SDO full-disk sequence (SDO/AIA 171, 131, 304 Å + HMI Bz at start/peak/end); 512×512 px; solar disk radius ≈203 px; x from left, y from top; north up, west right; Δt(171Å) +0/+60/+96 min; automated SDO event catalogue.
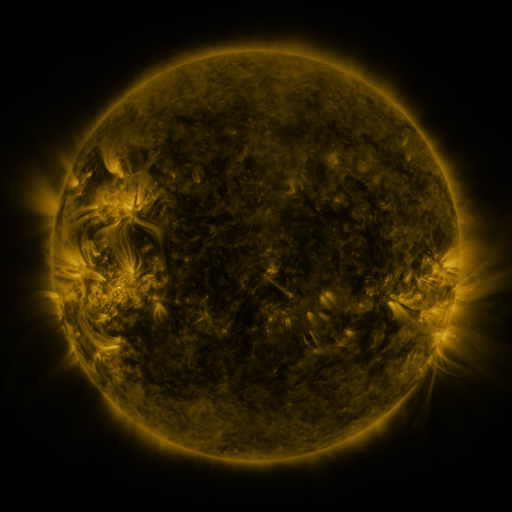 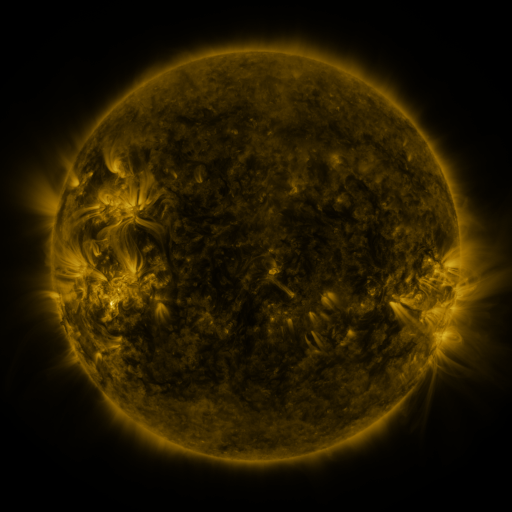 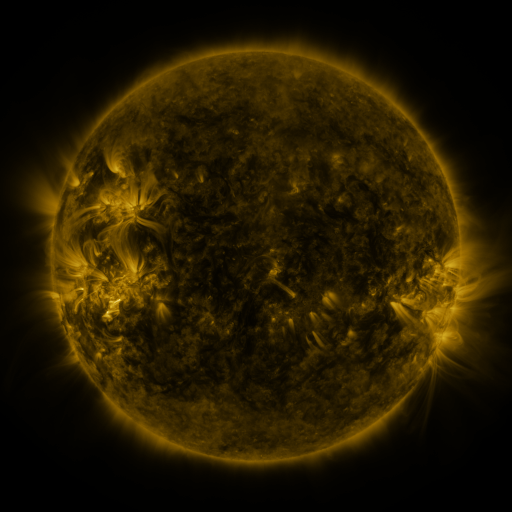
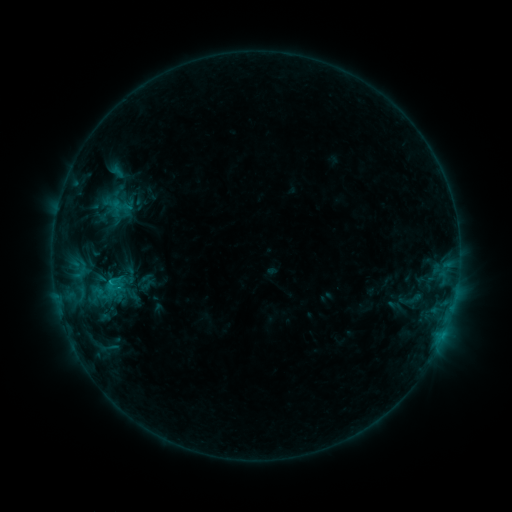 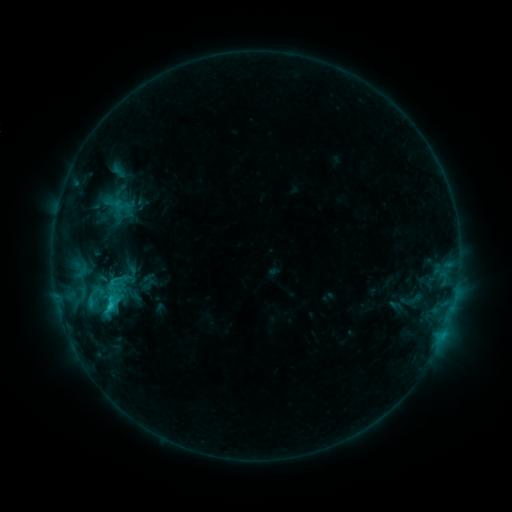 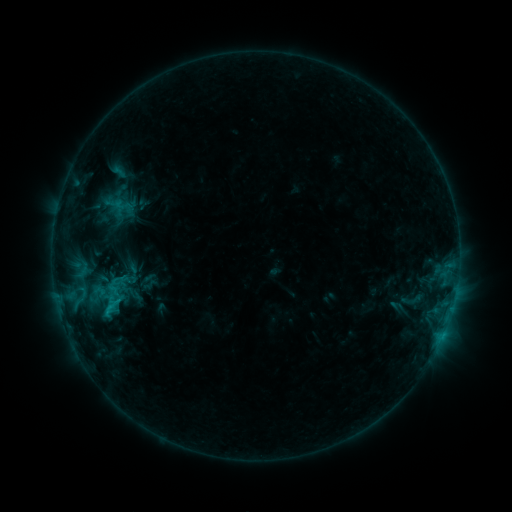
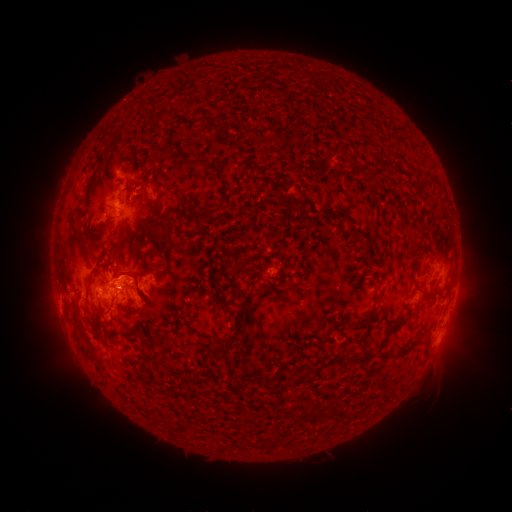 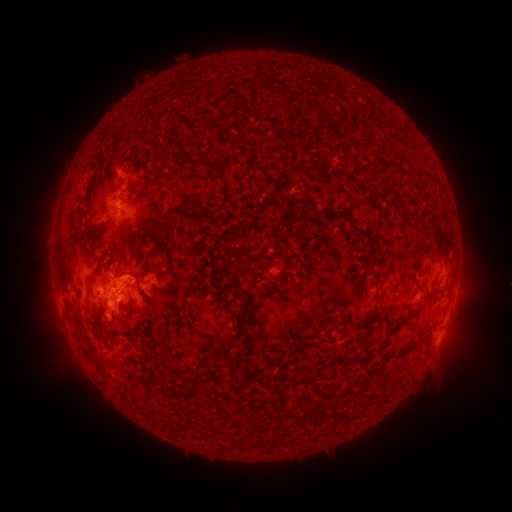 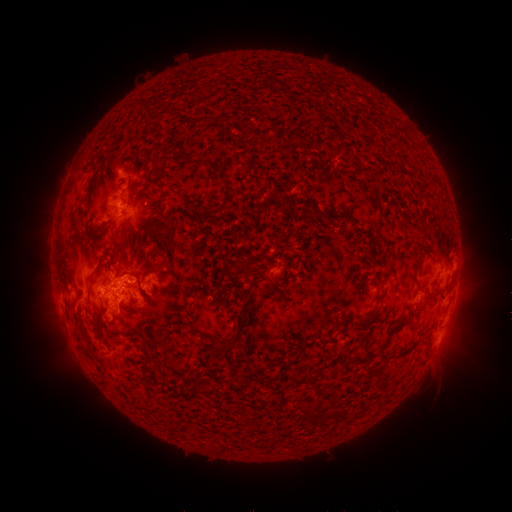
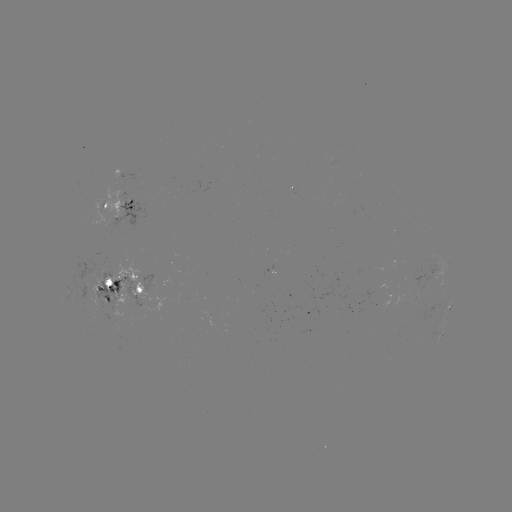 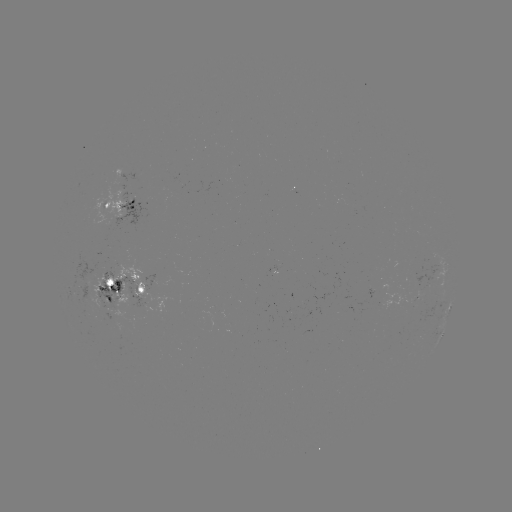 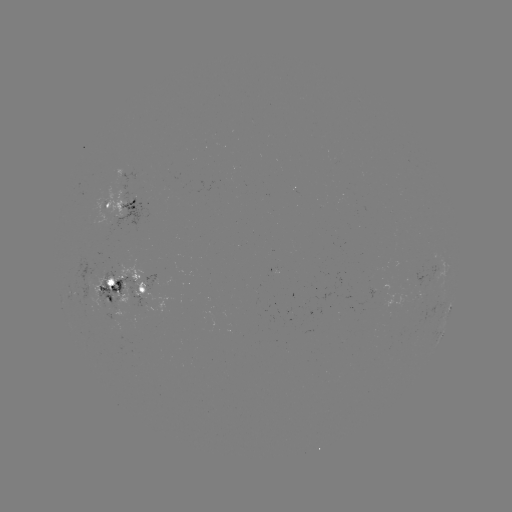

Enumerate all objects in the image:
emerging-flux region: (118, 195)
